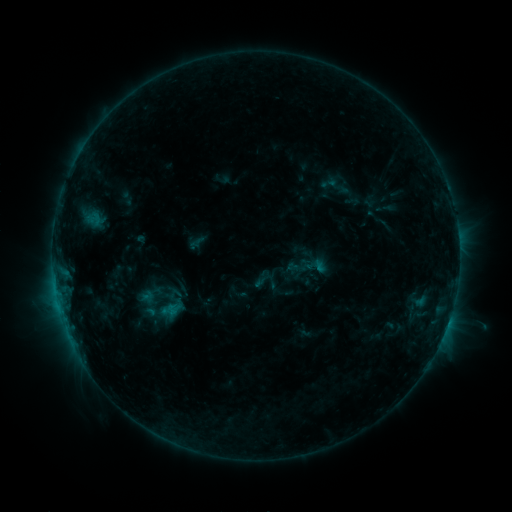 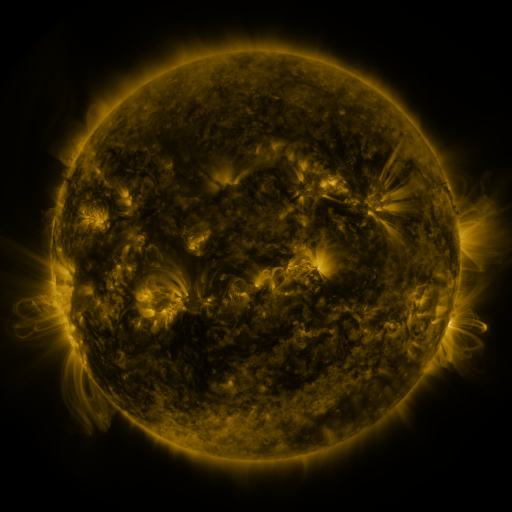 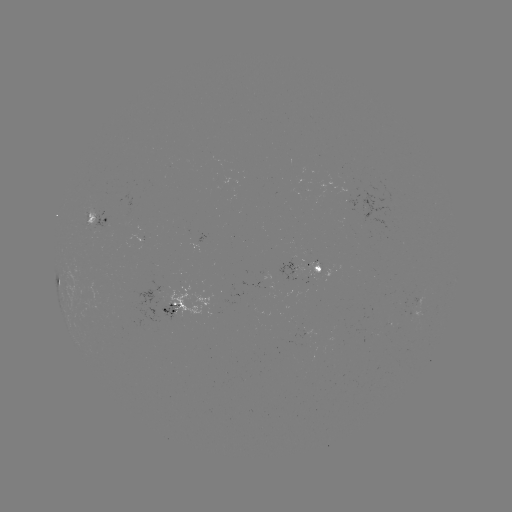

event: sigmoid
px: (314, 265)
